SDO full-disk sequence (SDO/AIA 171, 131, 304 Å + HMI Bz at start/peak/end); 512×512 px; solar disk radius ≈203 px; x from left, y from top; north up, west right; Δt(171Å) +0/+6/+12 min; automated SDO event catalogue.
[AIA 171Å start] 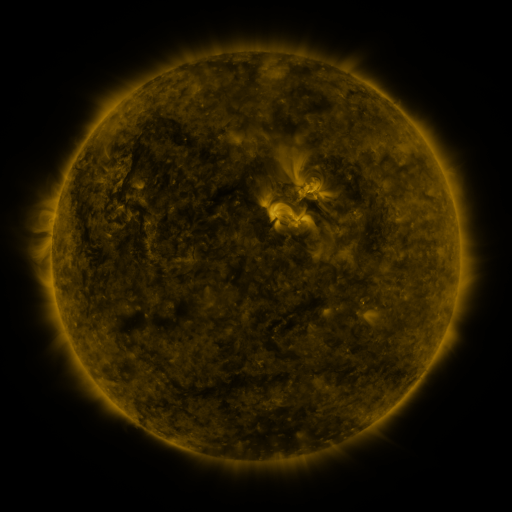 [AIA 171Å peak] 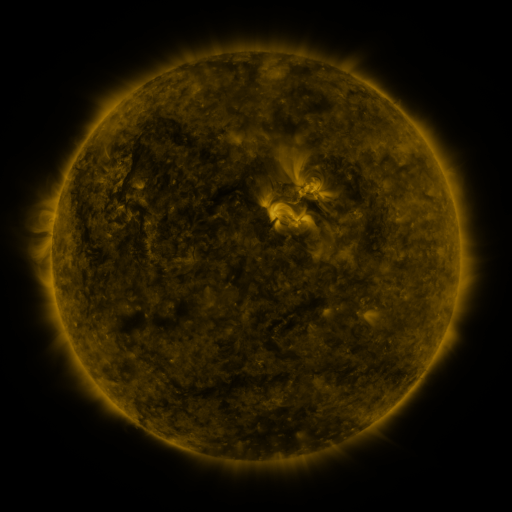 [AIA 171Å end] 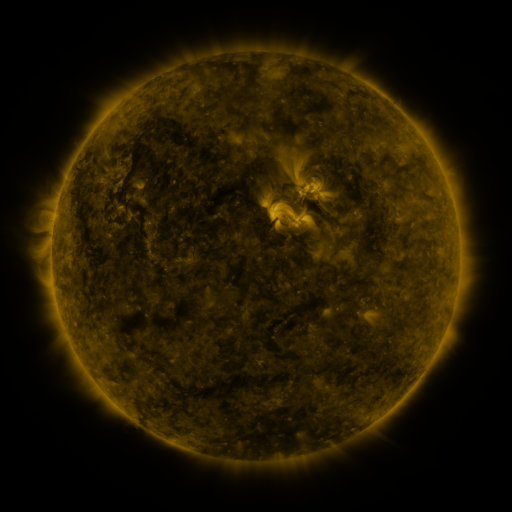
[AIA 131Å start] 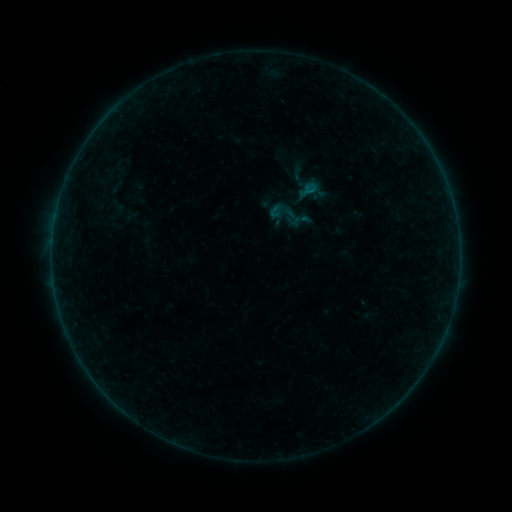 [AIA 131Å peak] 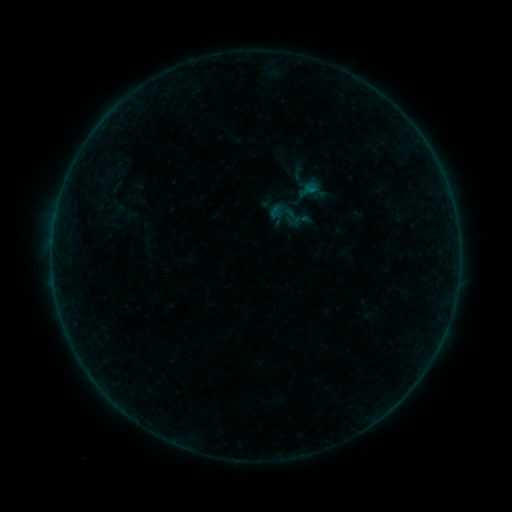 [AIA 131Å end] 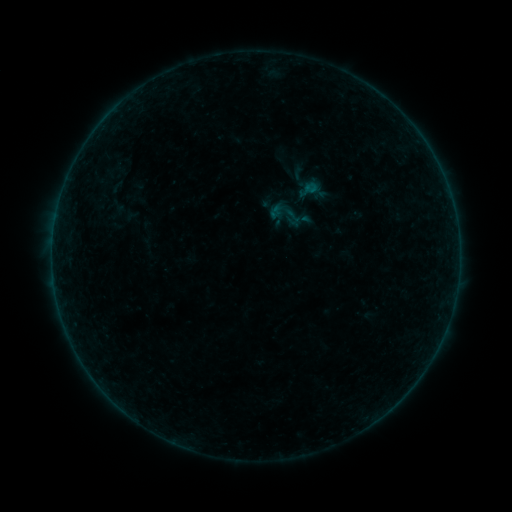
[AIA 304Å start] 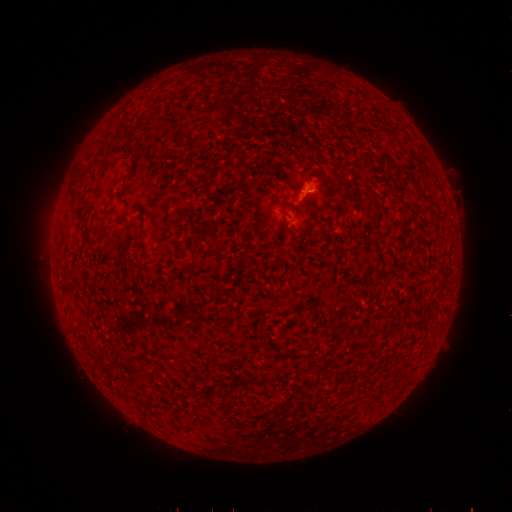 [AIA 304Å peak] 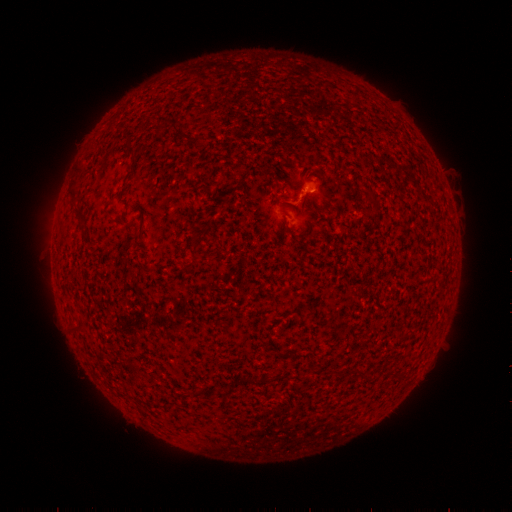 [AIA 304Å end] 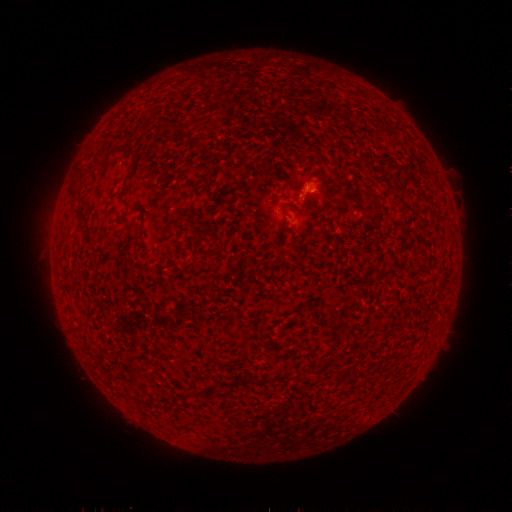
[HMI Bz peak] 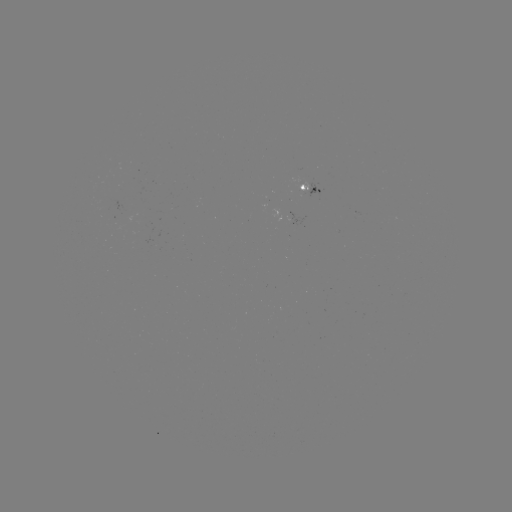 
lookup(B1.5 flare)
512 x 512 [311, 191]